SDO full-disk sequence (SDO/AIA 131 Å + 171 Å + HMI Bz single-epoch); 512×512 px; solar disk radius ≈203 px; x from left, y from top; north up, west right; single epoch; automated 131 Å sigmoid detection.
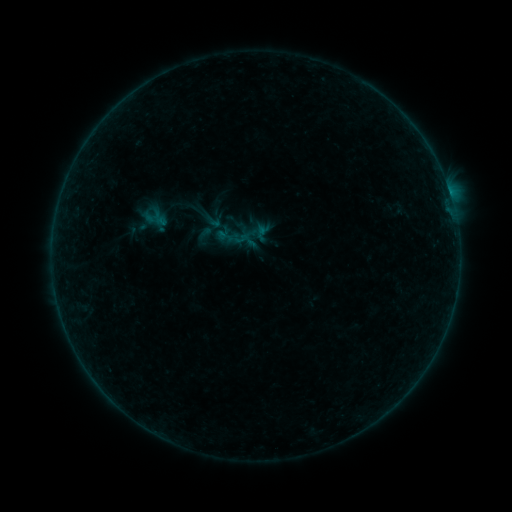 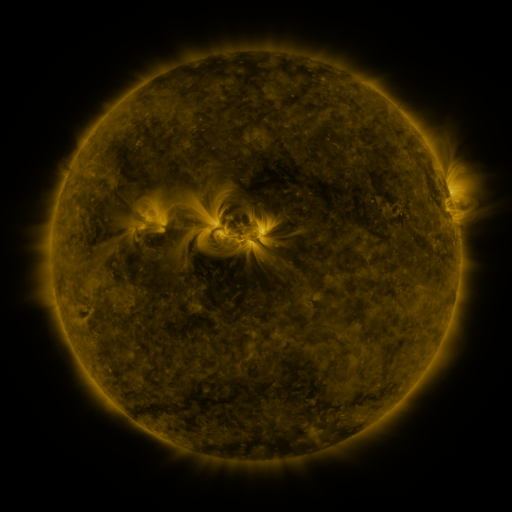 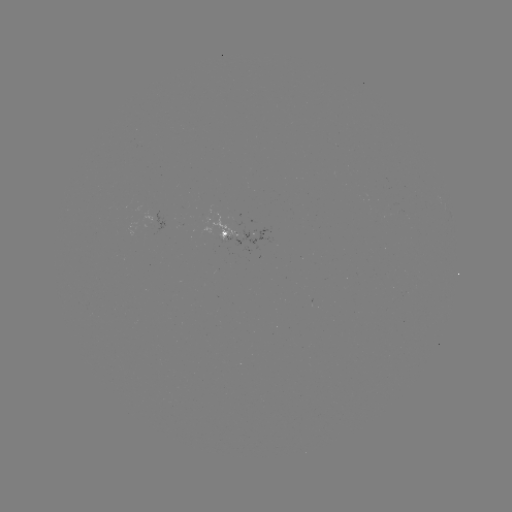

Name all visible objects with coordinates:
sigmoid: (213, 221)
